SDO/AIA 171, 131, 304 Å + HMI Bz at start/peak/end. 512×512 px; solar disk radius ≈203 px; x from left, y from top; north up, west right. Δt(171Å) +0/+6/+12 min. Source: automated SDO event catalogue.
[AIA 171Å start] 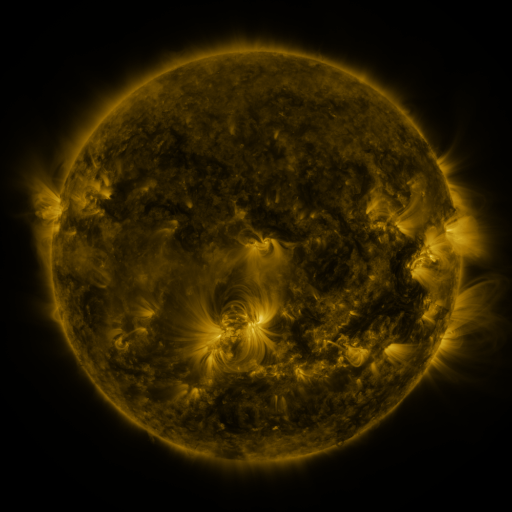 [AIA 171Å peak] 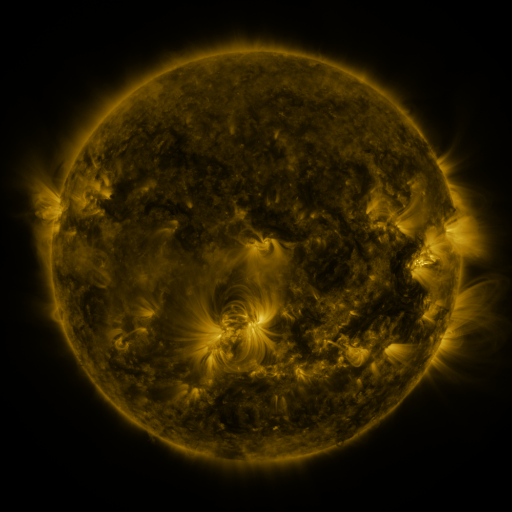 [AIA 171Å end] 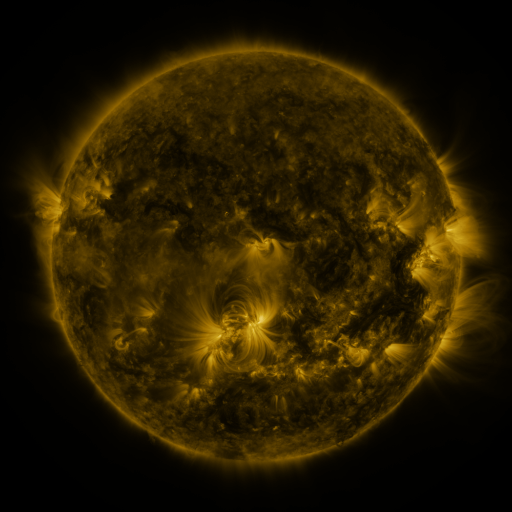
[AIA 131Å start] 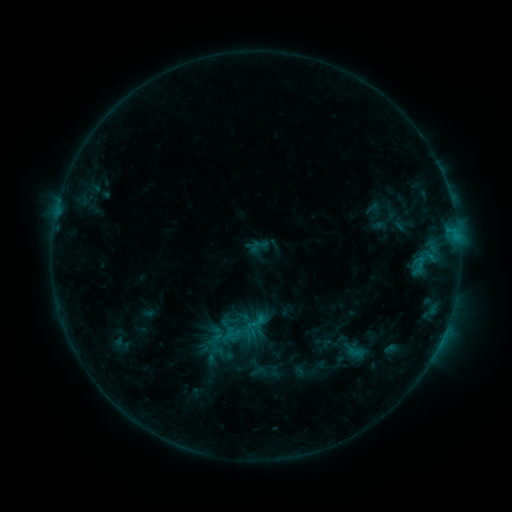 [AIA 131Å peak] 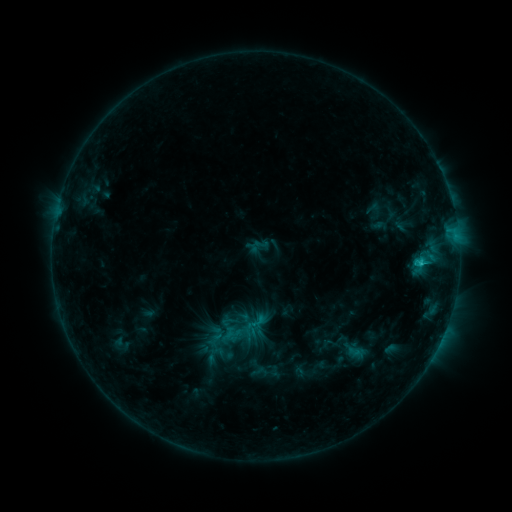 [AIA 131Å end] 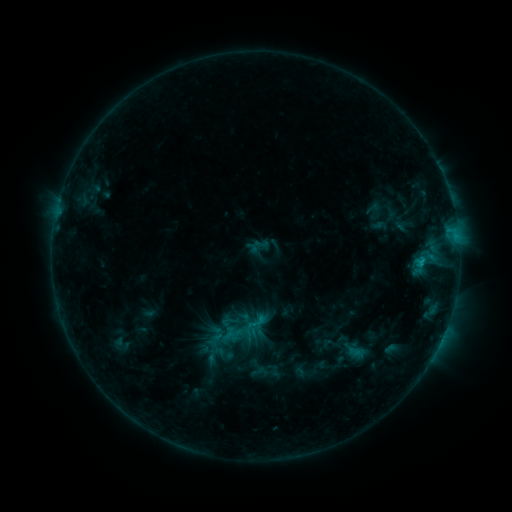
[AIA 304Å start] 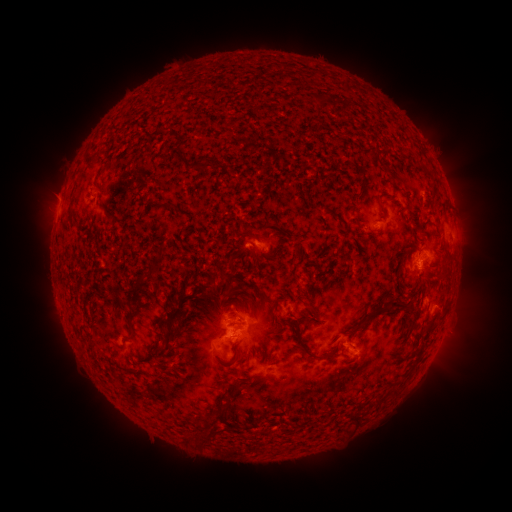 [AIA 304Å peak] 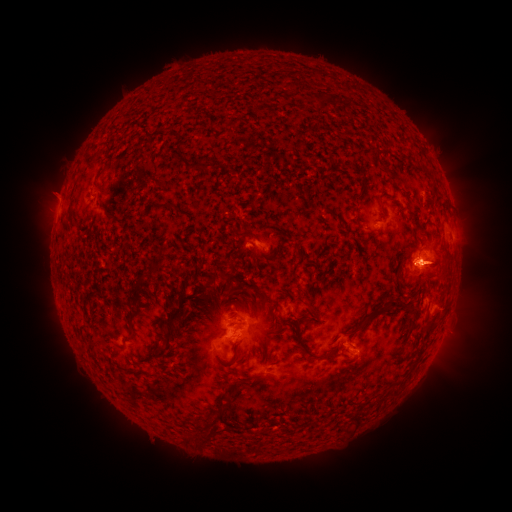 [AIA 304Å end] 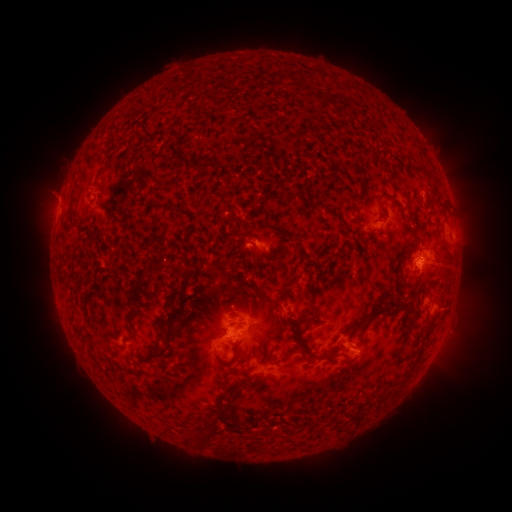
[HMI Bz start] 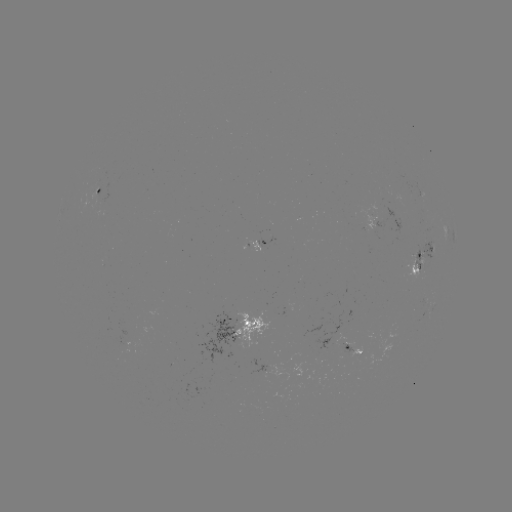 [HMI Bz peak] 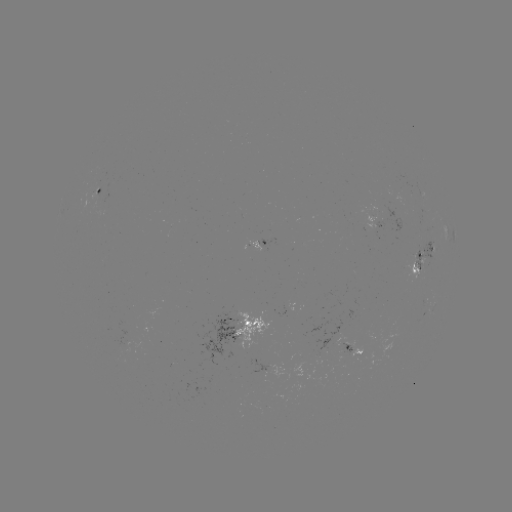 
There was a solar eruption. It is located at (433, 269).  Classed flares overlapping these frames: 1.